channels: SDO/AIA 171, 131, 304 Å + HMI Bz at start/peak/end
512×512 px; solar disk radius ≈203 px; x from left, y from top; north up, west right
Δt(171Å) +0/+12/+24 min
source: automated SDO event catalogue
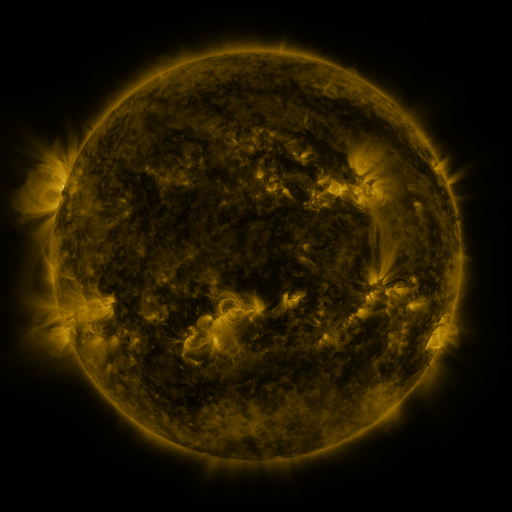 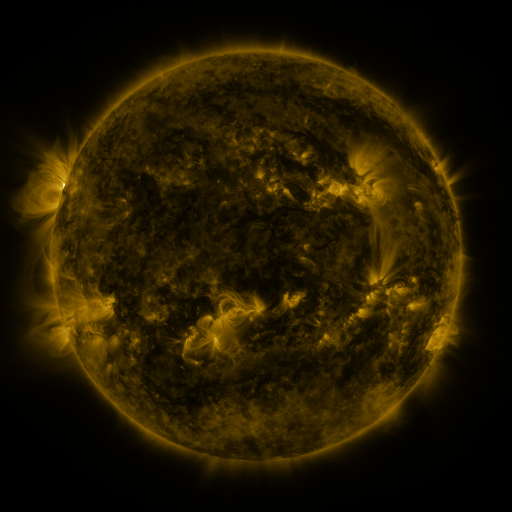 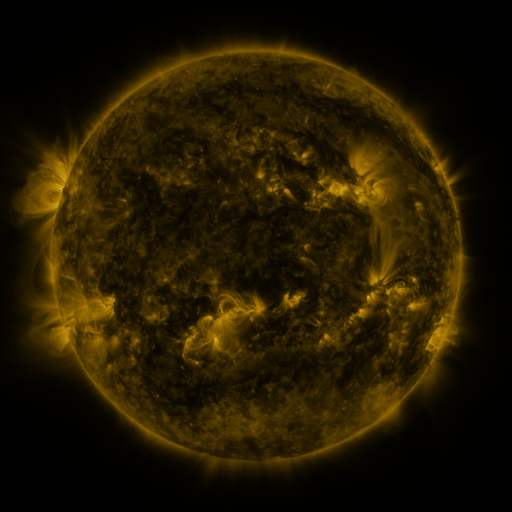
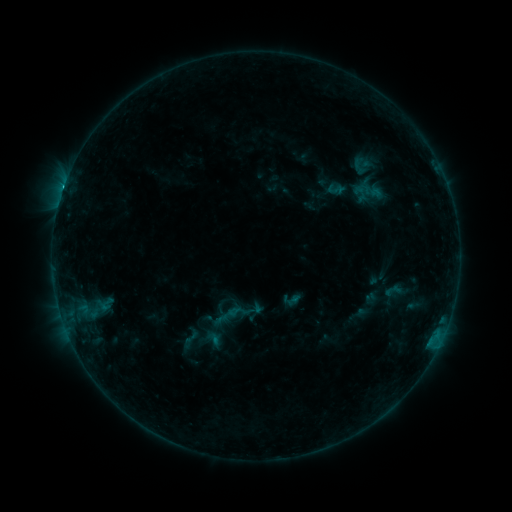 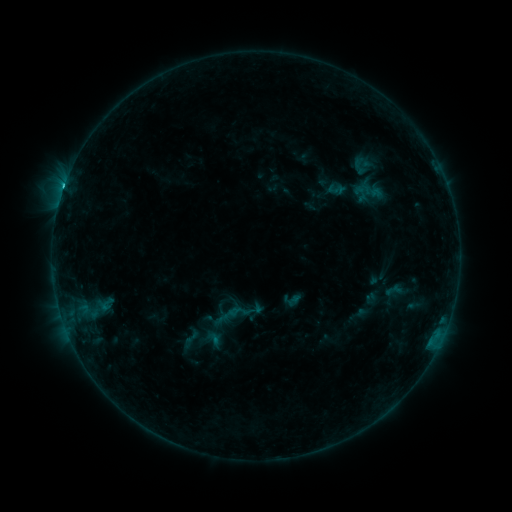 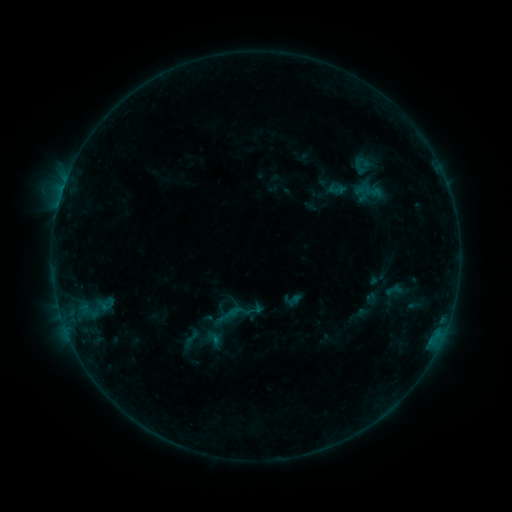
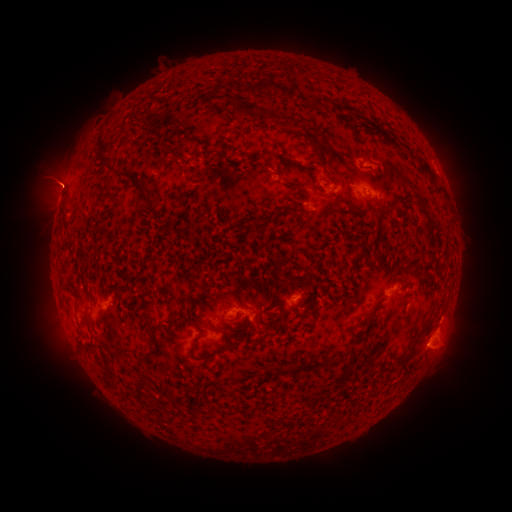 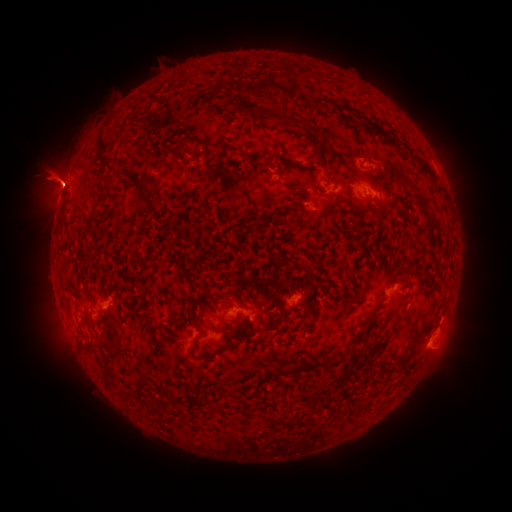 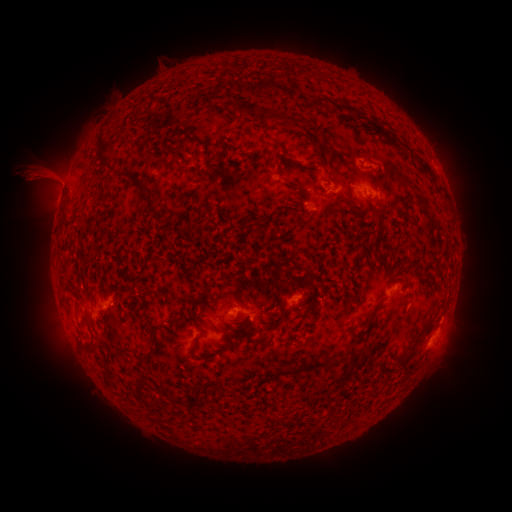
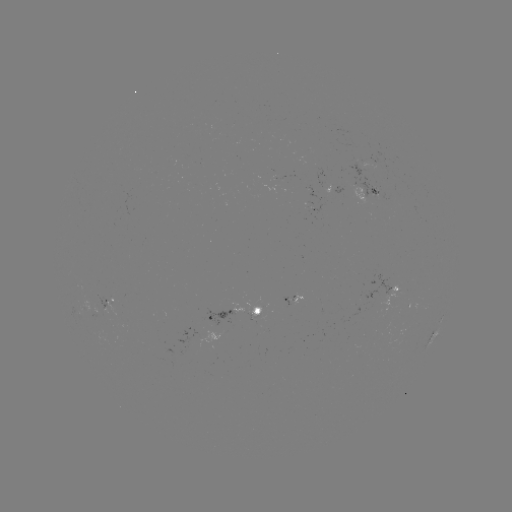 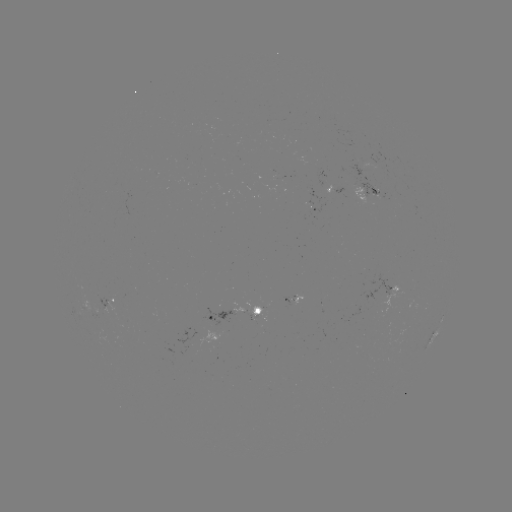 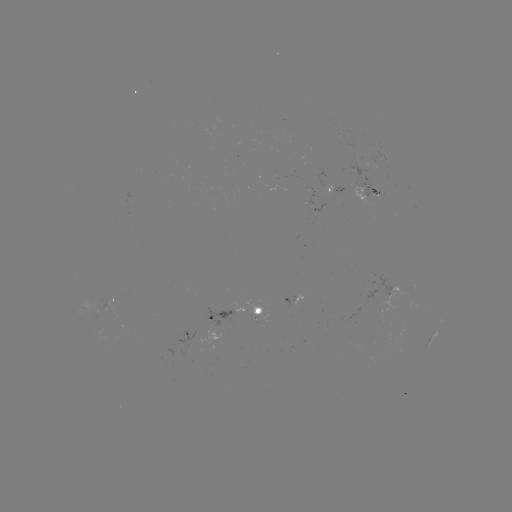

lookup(eruption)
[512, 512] [50, 178]